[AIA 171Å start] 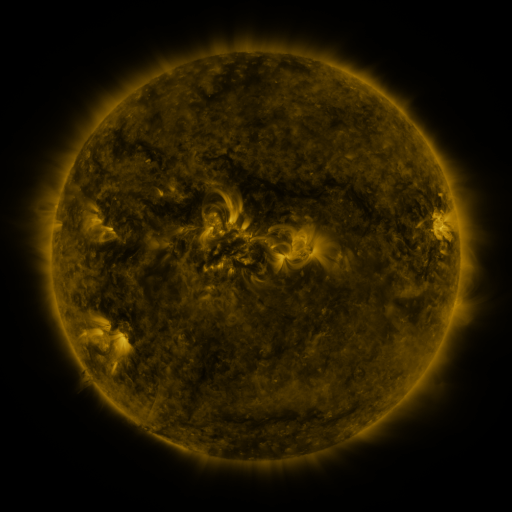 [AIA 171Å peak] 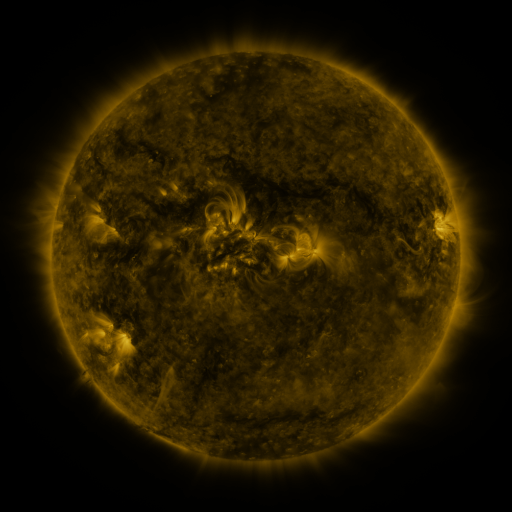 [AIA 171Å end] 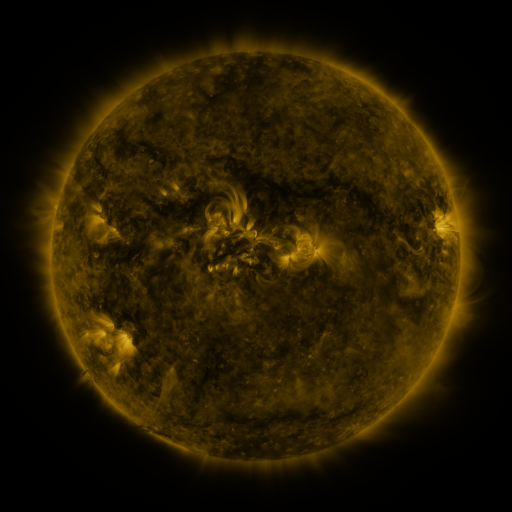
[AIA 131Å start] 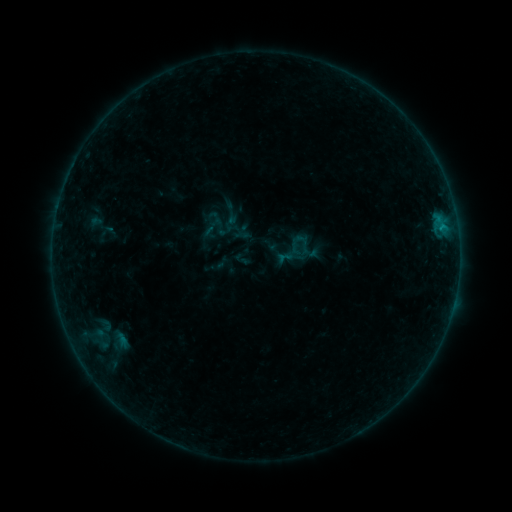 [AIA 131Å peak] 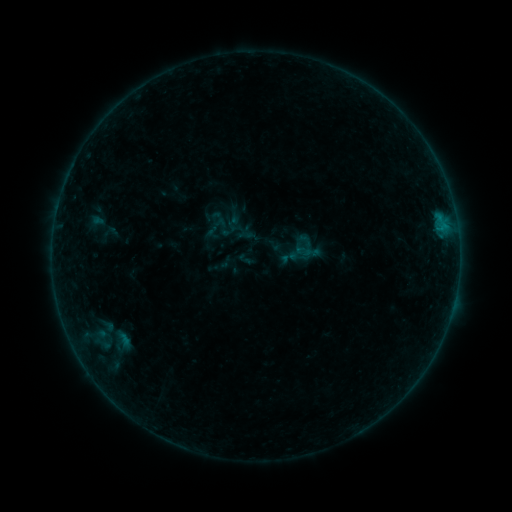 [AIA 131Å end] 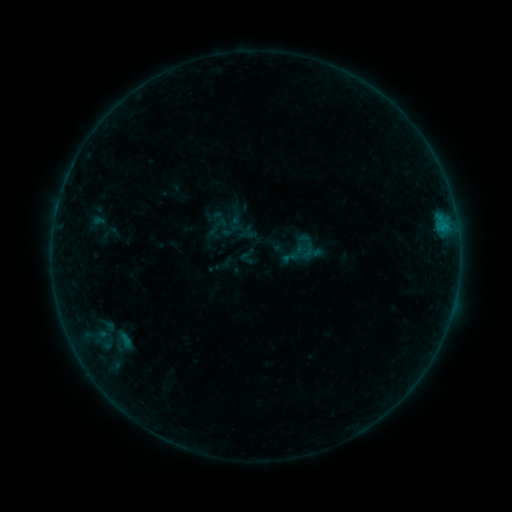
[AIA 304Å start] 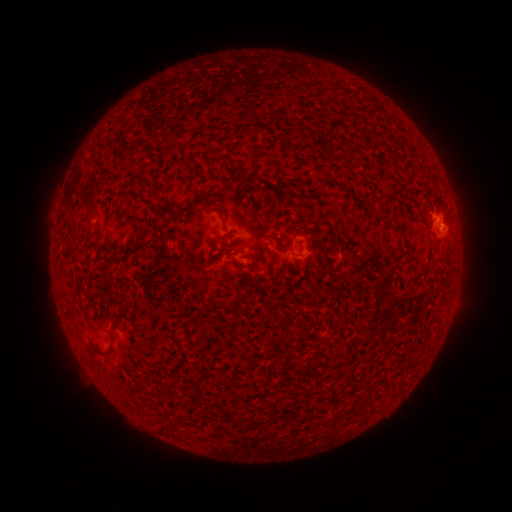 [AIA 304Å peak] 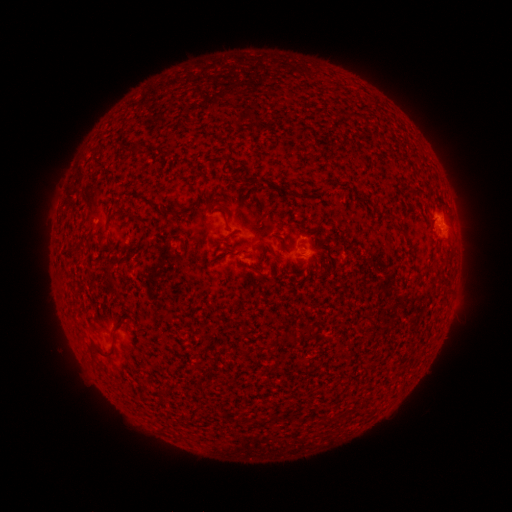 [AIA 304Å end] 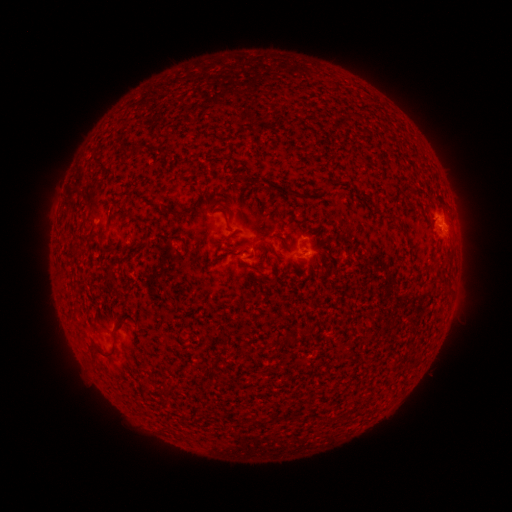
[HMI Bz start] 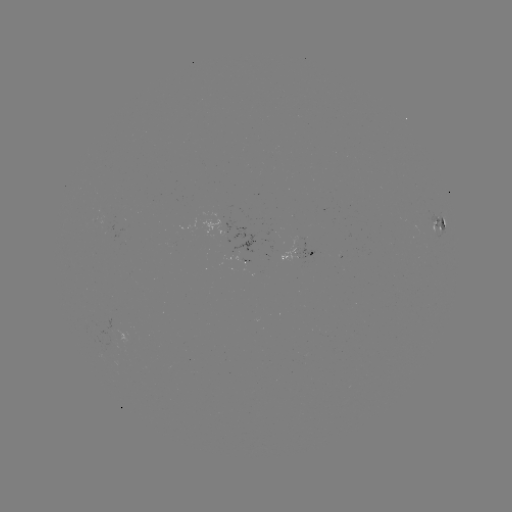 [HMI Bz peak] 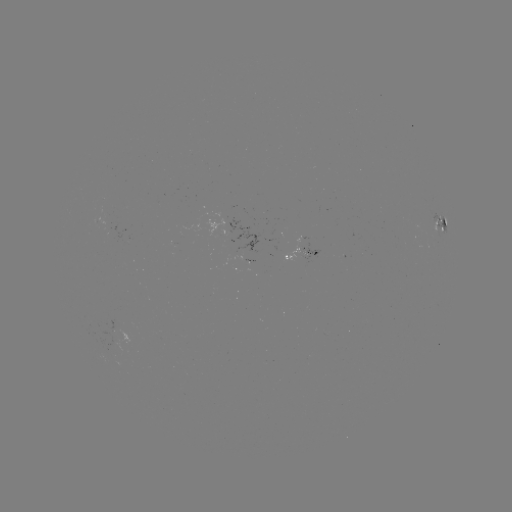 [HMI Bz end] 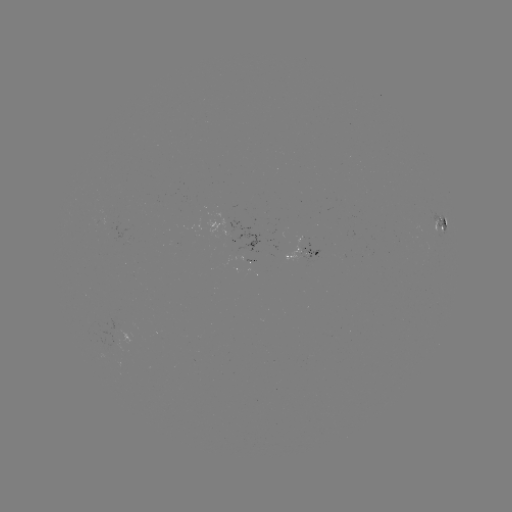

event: emerging-flux region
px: (174, 243)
